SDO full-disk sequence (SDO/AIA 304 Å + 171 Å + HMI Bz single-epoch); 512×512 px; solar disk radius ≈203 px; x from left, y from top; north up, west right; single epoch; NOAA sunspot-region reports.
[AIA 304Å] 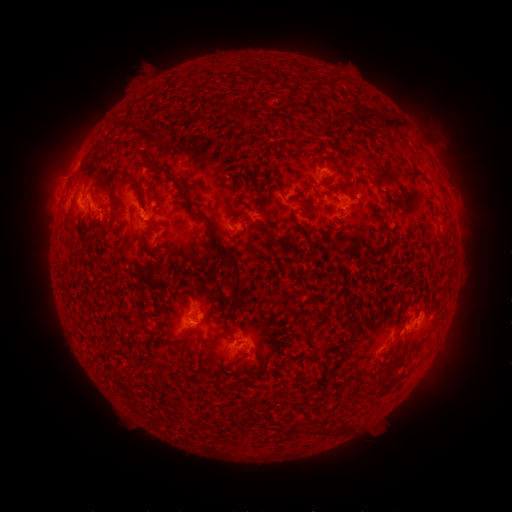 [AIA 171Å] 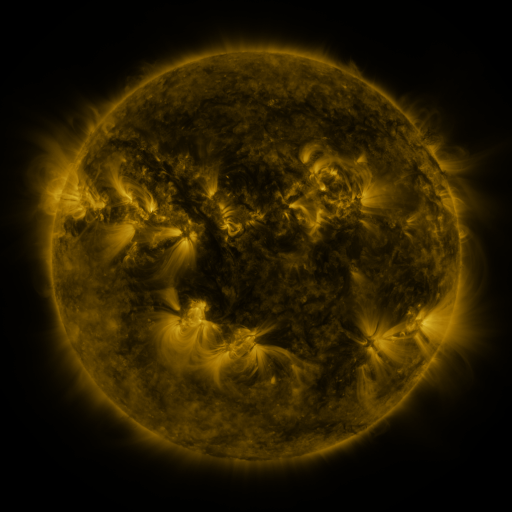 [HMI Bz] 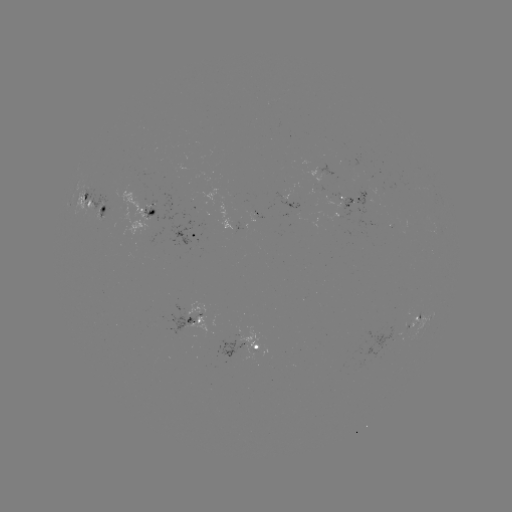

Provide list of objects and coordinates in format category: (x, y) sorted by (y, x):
spotted active region: (353, 202)
spotted active region: (94, 207)
spotted active region: (151, 209)
spotted active region: (196, 238)
spotted active region: (198, 319)
spotted active region: (417, 319)
spotted active region: (256, 345)
